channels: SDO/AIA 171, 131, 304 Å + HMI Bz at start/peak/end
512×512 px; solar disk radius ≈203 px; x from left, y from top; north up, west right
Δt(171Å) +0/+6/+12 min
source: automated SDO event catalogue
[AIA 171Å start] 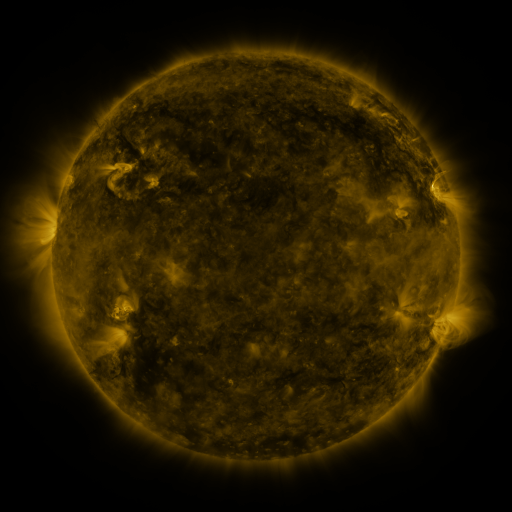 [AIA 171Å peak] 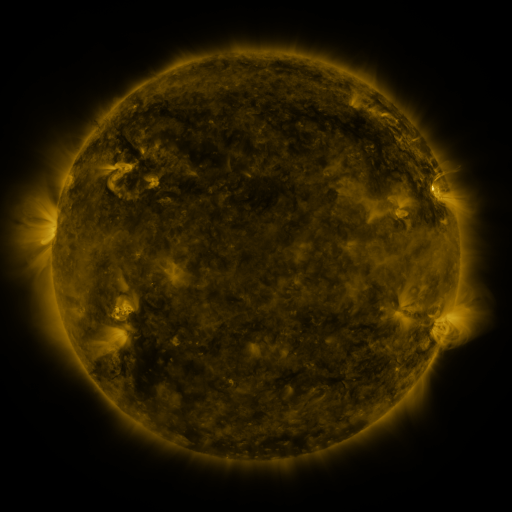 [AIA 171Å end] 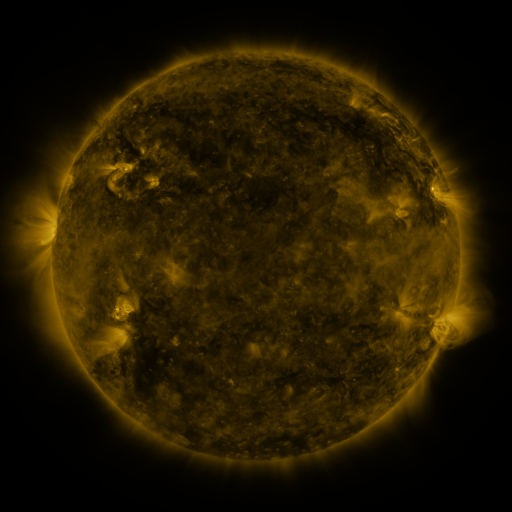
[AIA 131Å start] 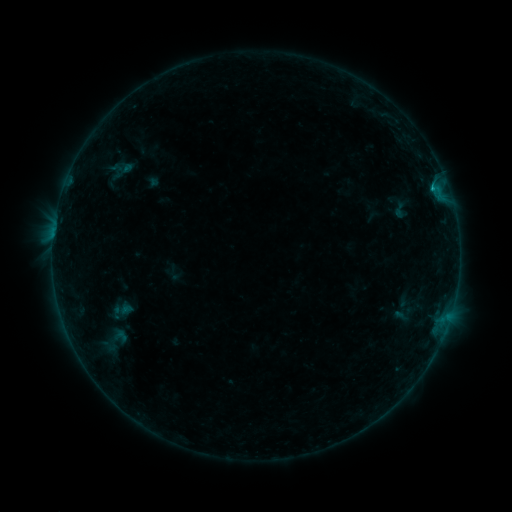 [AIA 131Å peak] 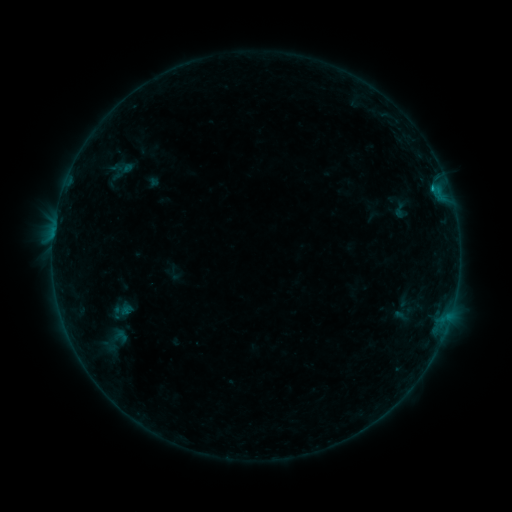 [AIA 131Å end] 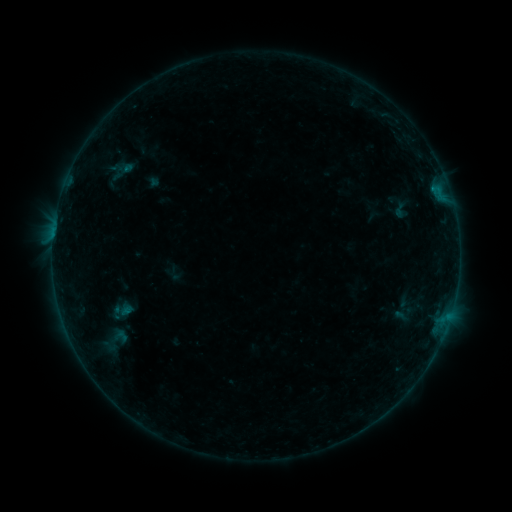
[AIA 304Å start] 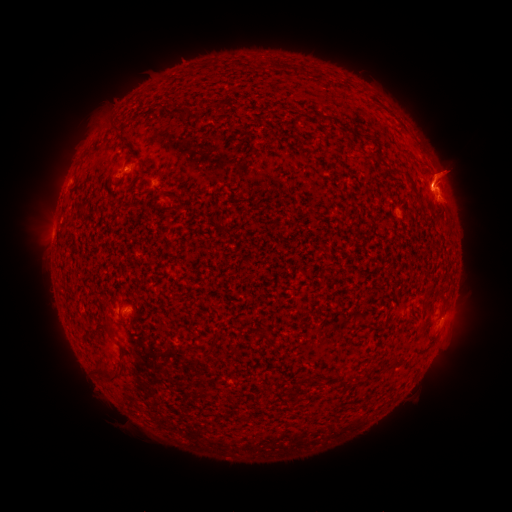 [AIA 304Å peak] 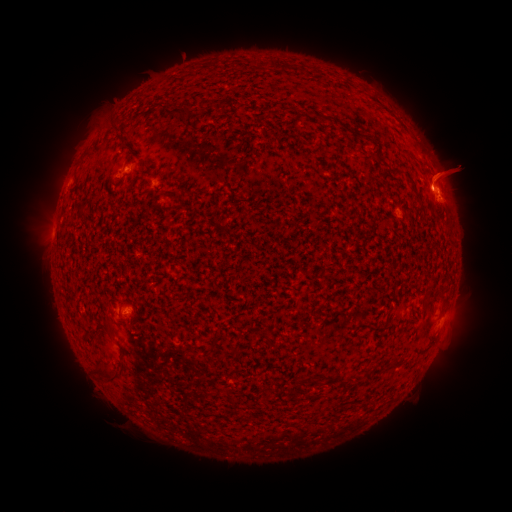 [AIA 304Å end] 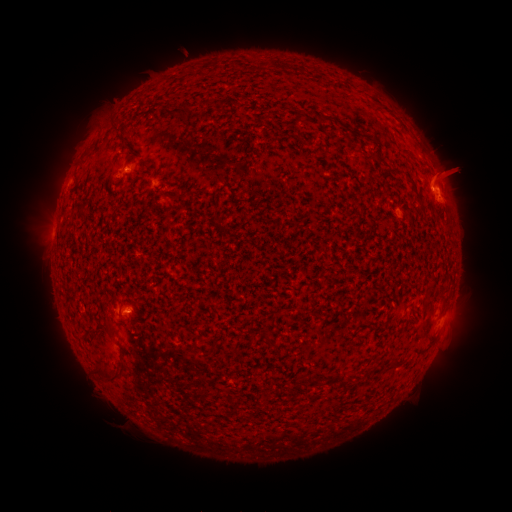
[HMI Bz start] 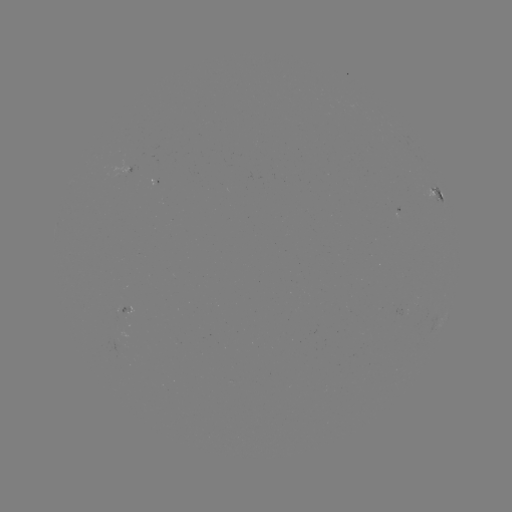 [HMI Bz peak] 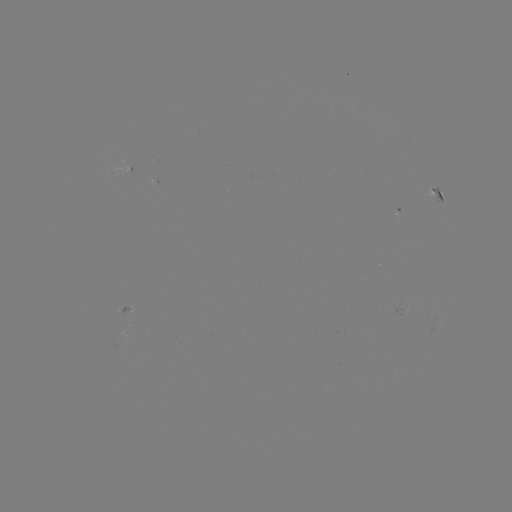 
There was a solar eruption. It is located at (185, 54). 